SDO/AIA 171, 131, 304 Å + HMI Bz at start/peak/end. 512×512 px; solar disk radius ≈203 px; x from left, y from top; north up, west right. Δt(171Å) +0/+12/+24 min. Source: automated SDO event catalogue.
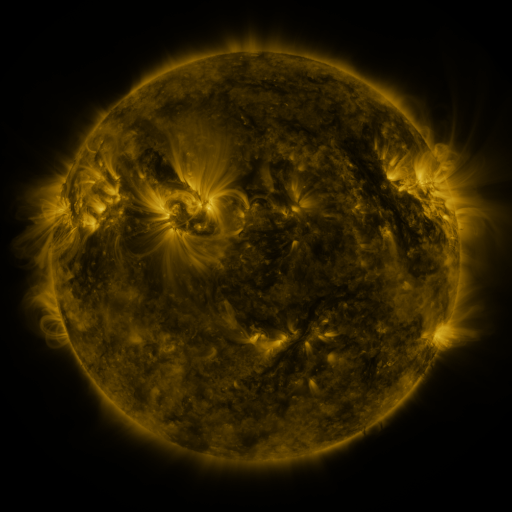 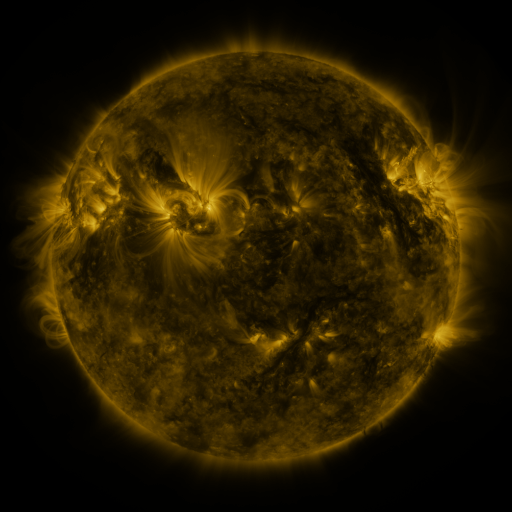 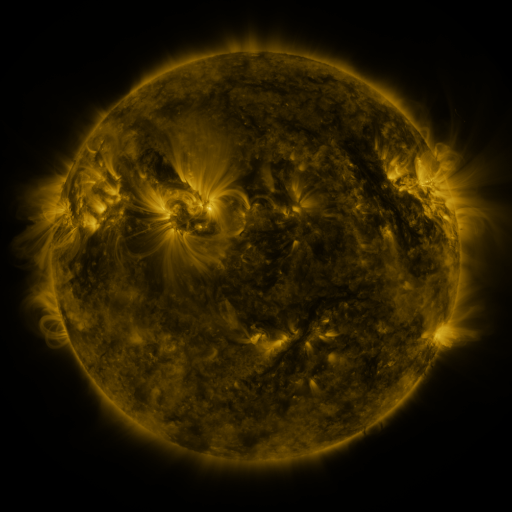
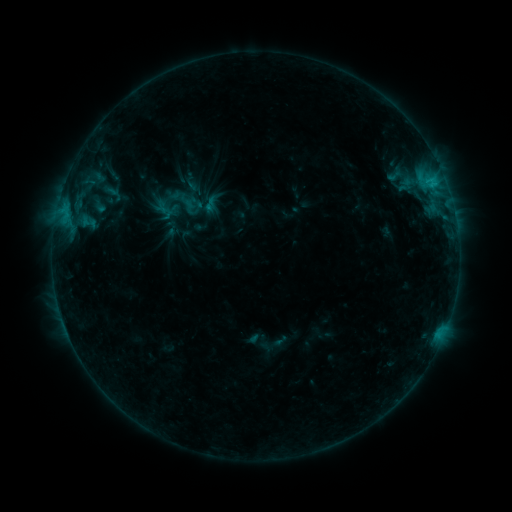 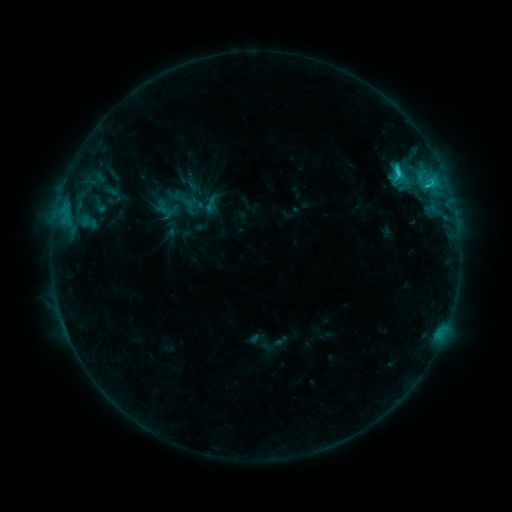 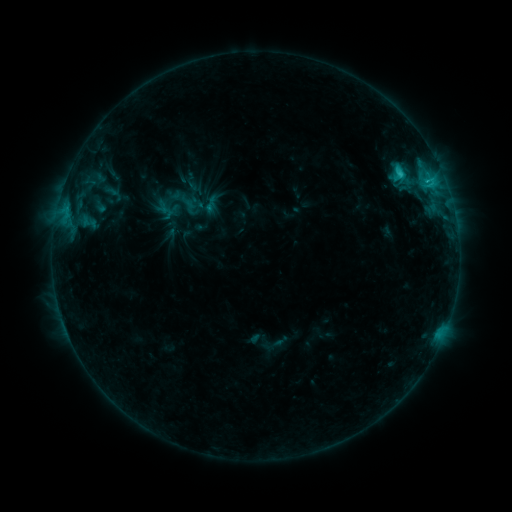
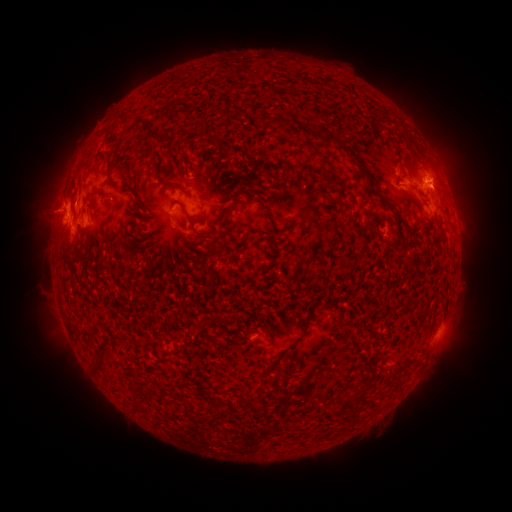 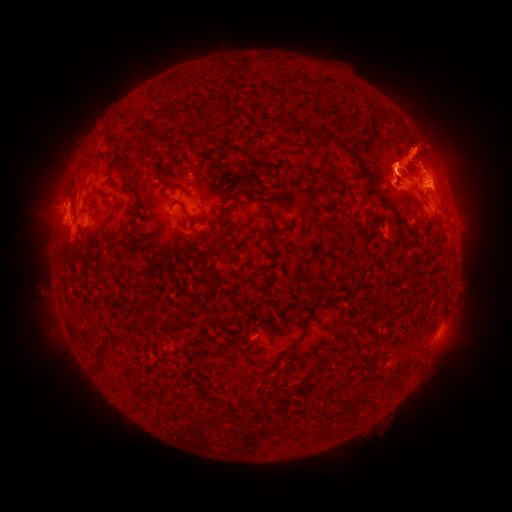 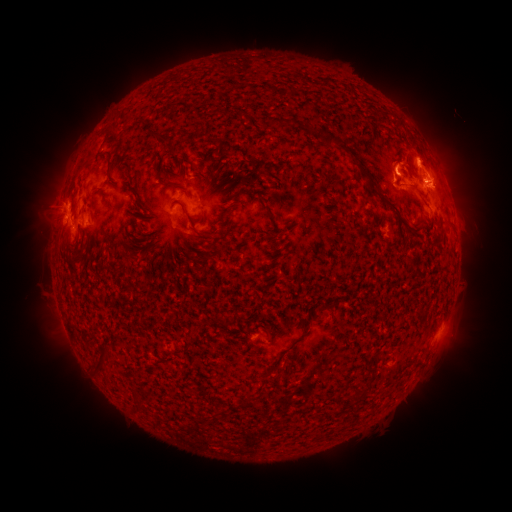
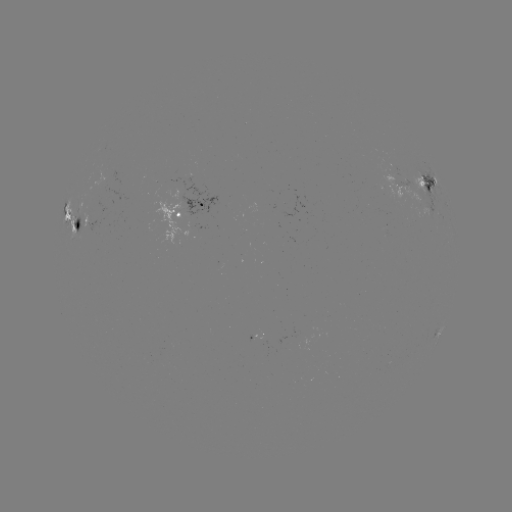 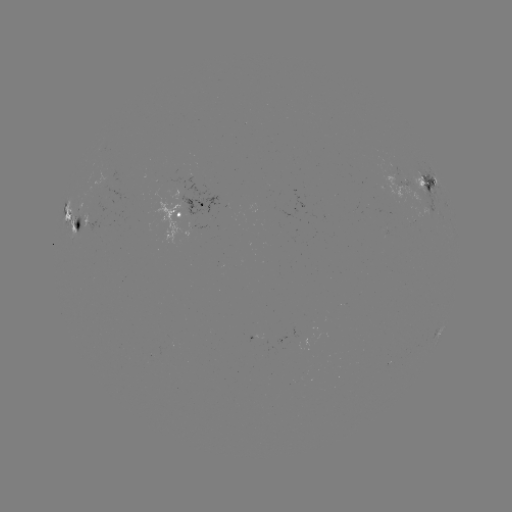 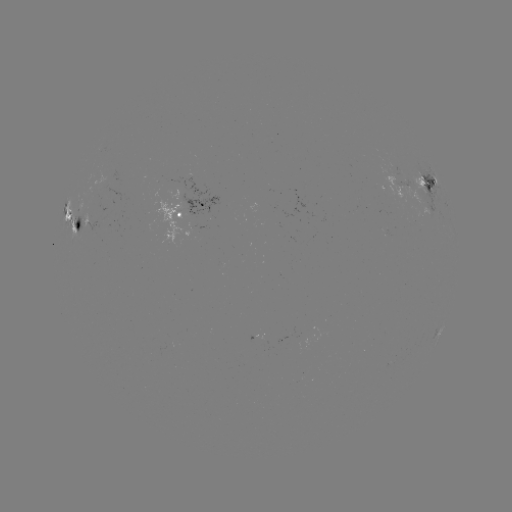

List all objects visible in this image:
eruption: (424, 139)
